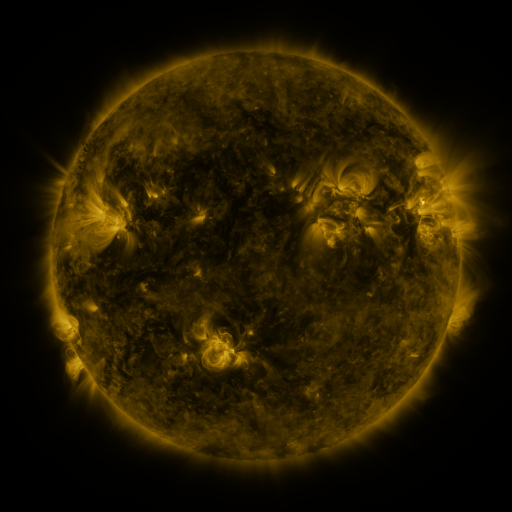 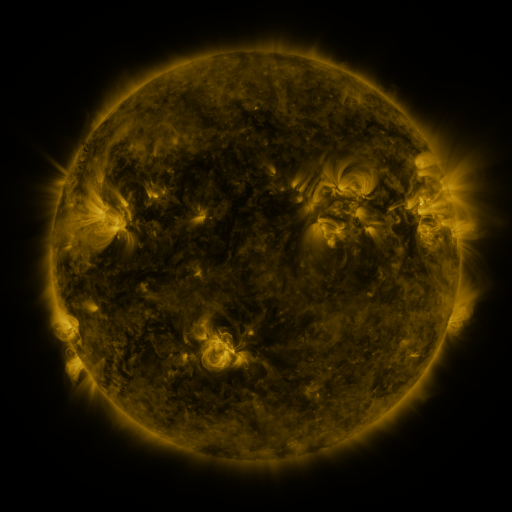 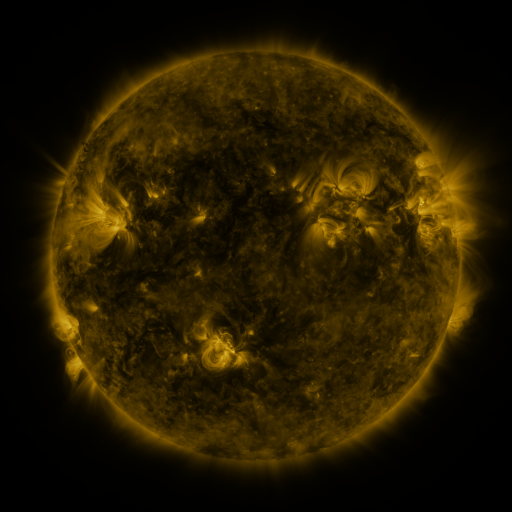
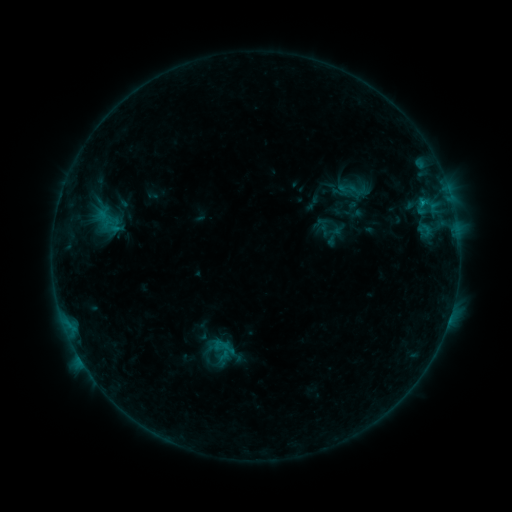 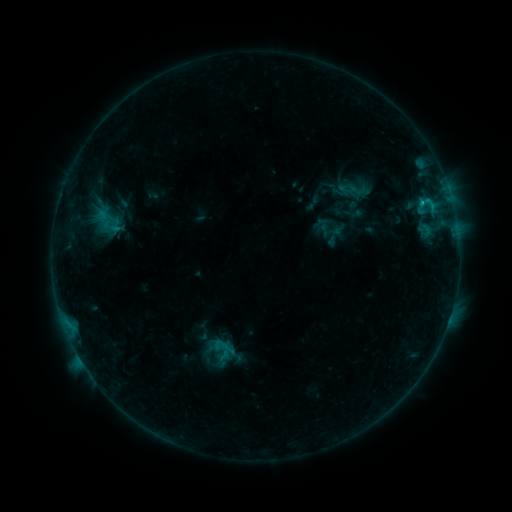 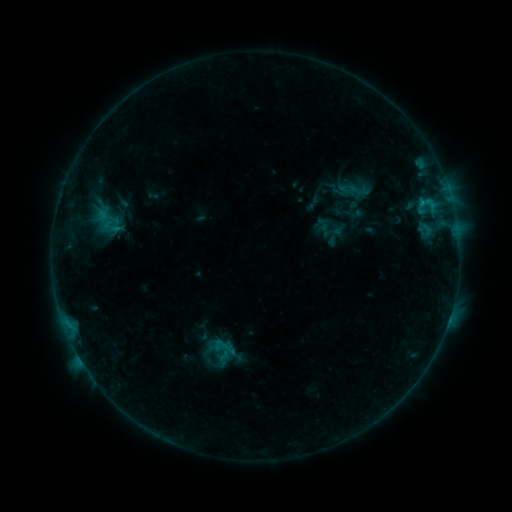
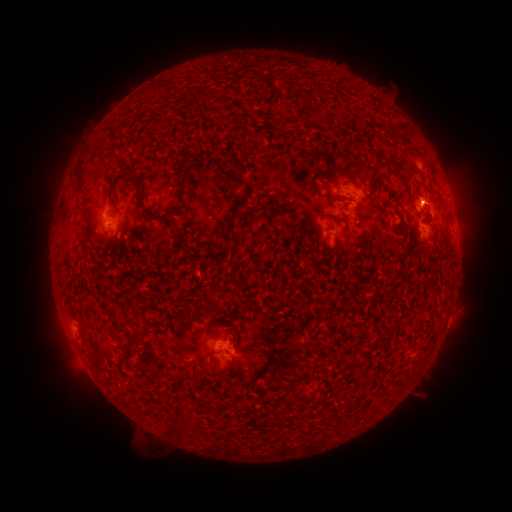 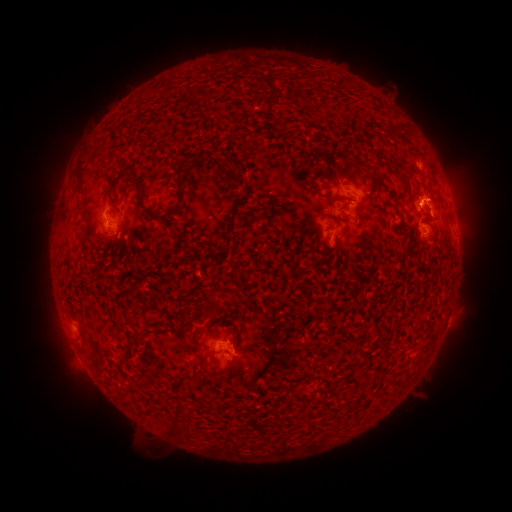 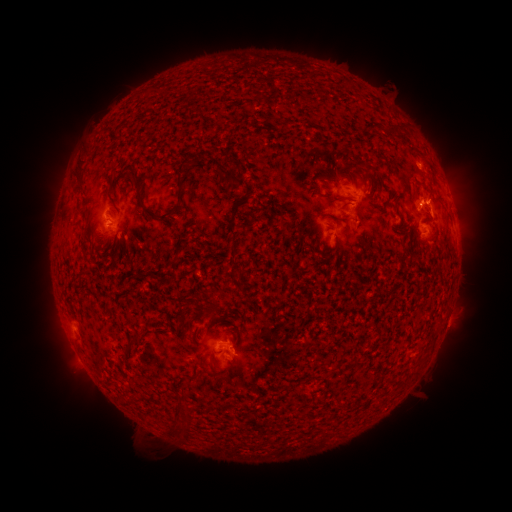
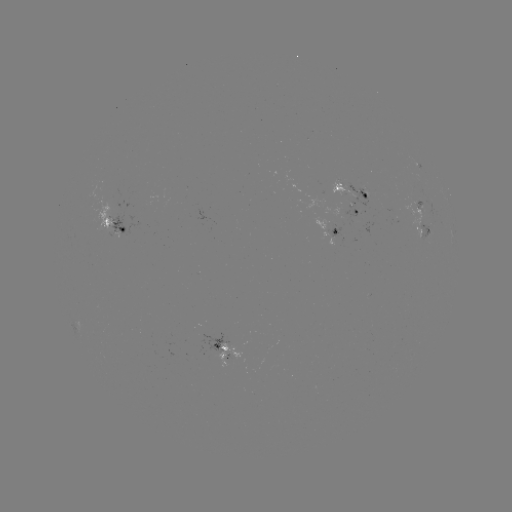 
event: eruption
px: (434, 198)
